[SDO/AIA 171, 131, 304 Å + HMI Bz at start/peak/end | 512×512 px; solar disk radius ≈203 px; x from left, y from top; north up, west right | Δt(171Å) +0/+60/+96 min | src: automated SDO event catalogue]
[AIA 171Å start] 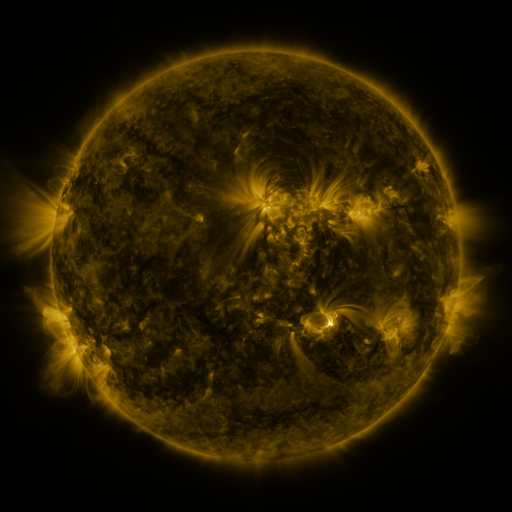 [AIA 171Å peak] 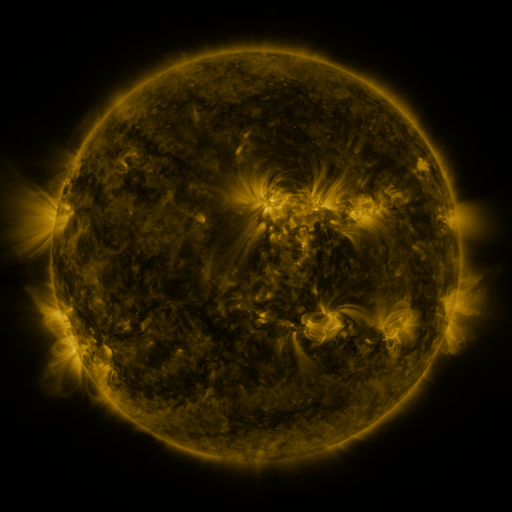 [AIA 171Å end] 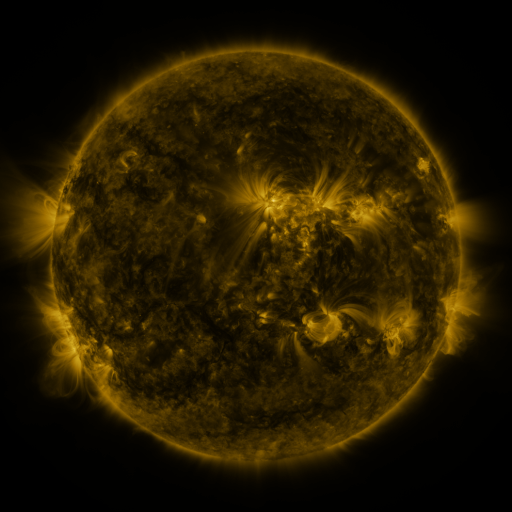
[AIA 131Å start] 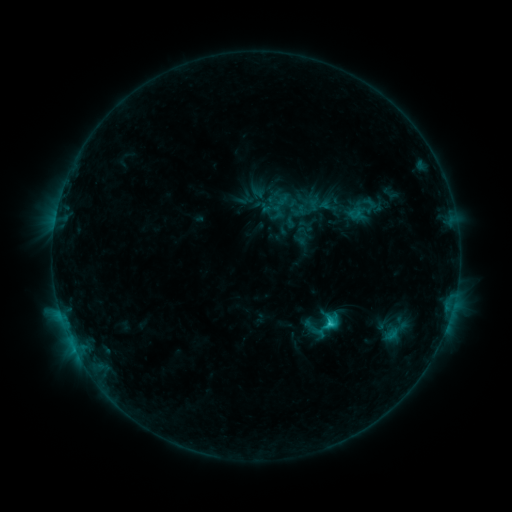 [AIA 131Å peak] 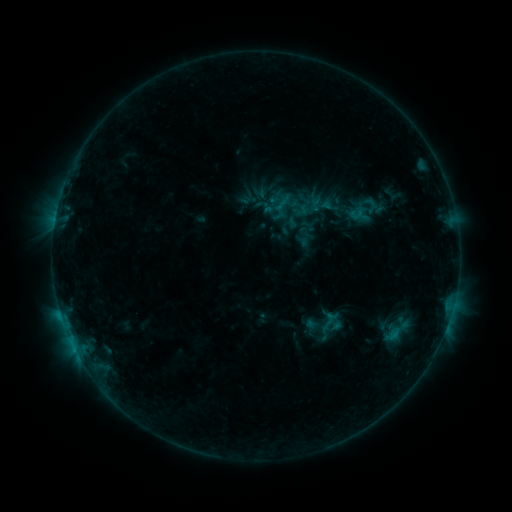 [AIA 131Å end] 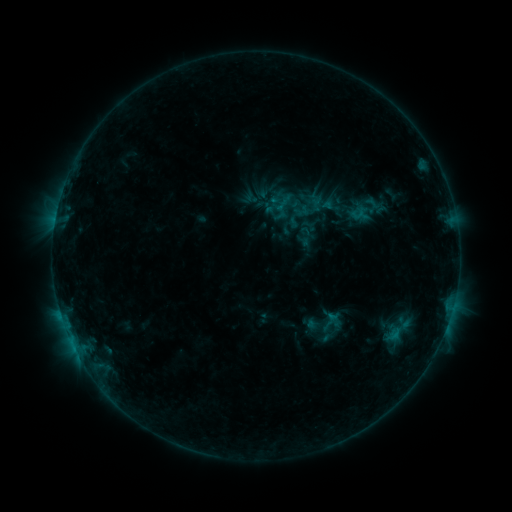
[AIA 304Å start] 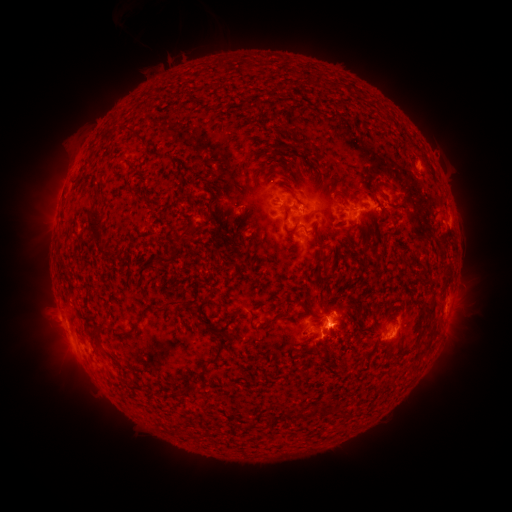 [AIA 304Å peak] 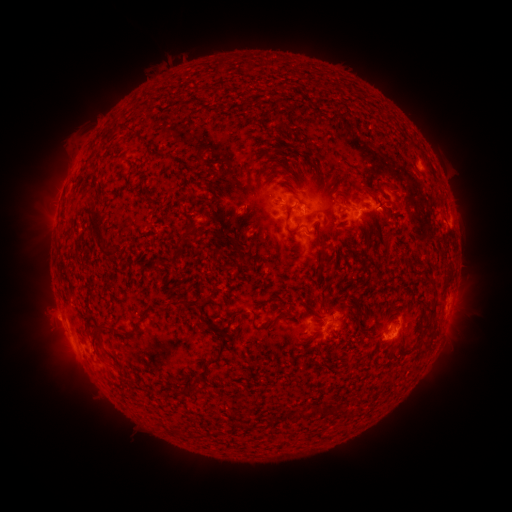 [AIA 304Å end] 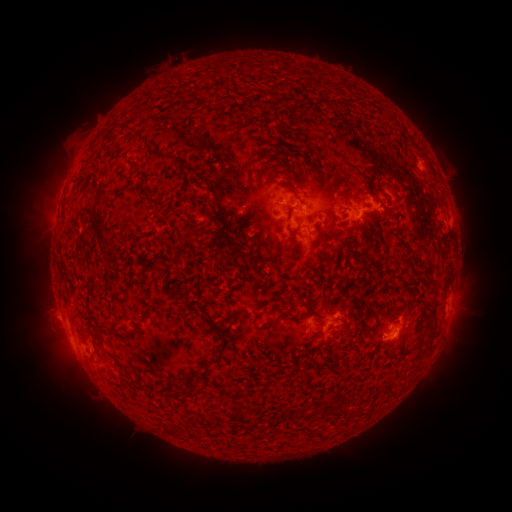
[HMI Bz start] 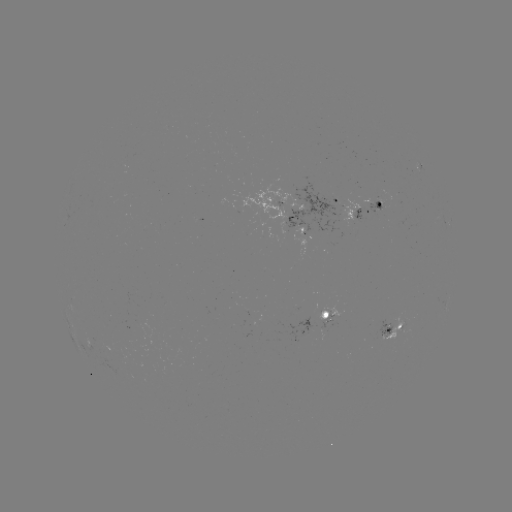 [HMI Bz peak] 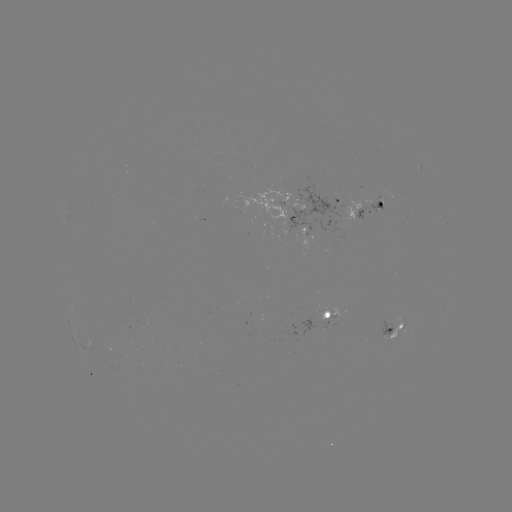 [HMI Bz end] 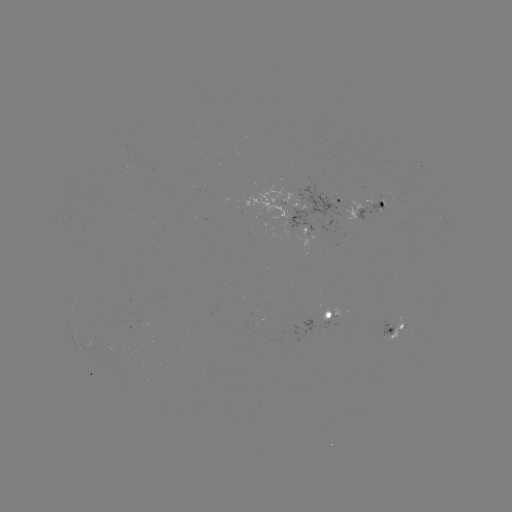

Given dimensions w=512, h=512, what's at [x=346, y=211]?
emerging-flux region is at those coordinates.